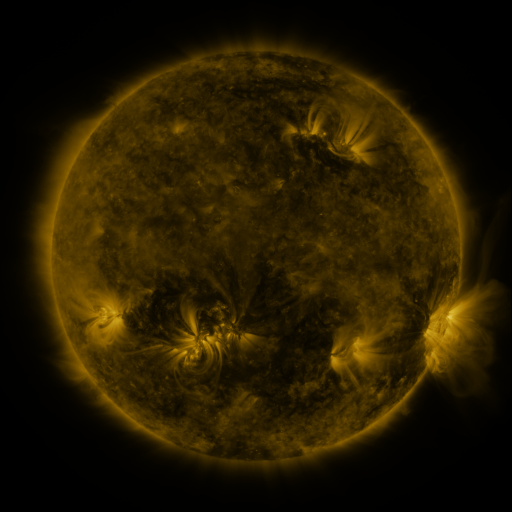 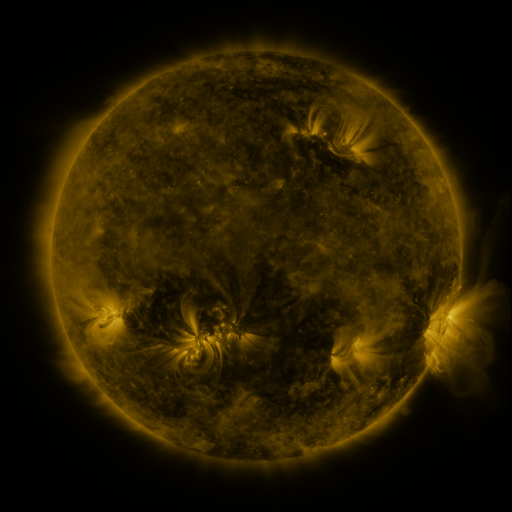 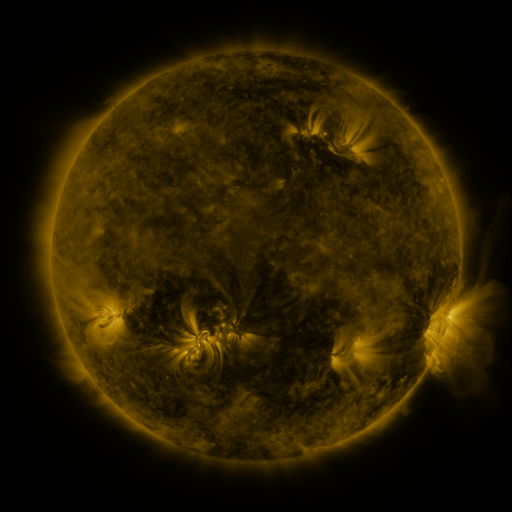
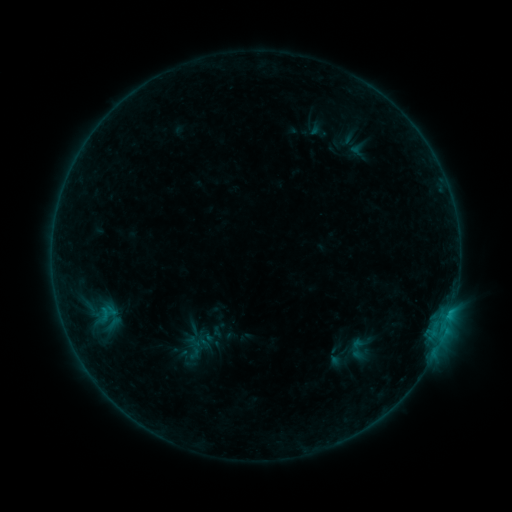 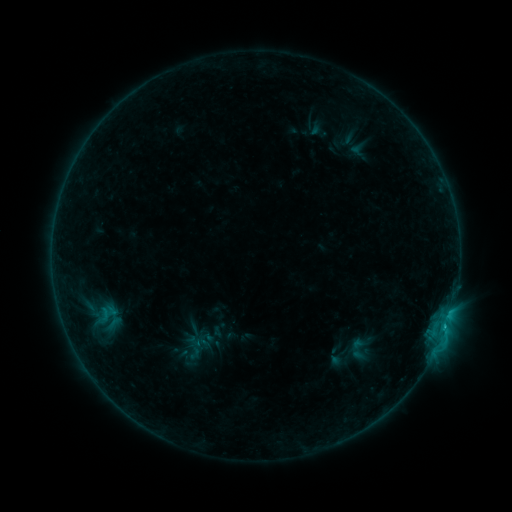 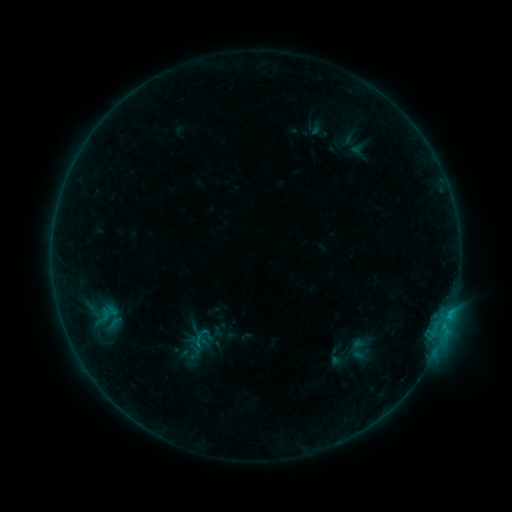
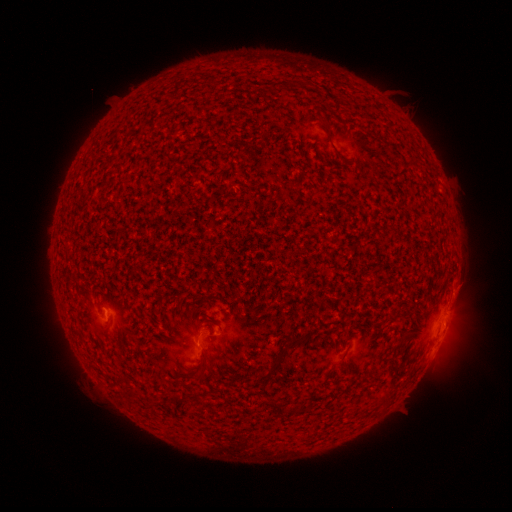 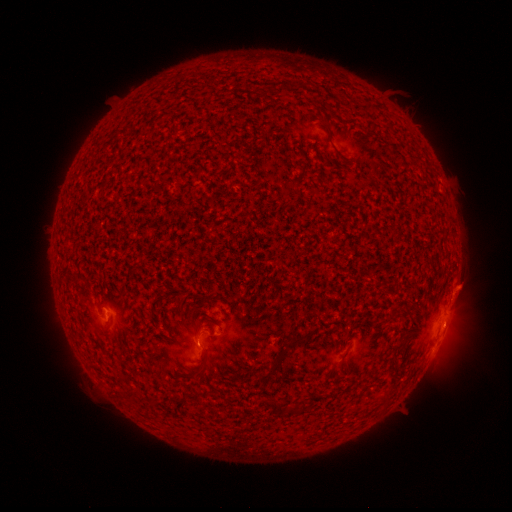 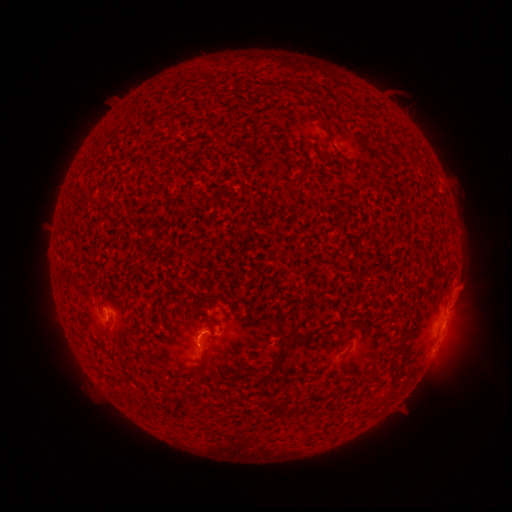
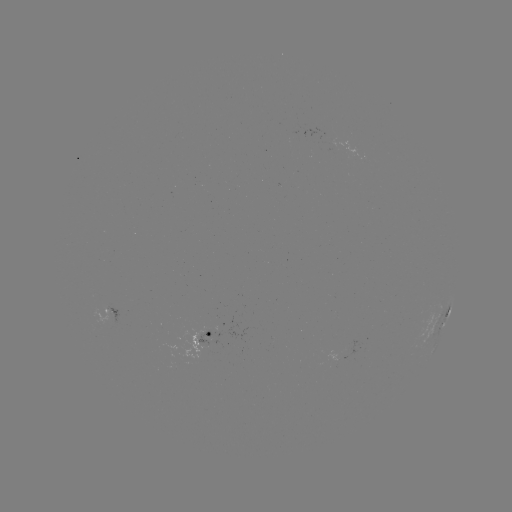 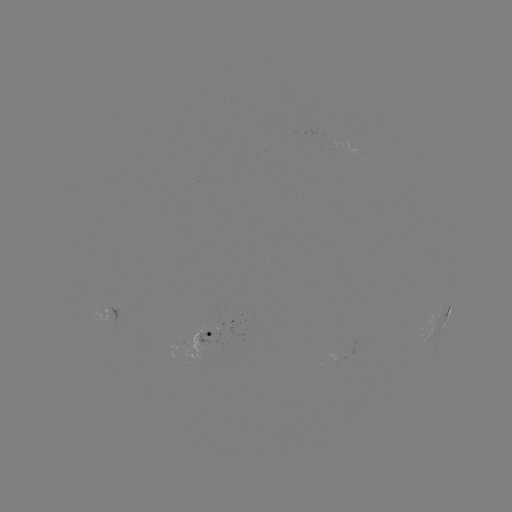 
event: flare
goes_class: B8.0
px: (444, 325)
